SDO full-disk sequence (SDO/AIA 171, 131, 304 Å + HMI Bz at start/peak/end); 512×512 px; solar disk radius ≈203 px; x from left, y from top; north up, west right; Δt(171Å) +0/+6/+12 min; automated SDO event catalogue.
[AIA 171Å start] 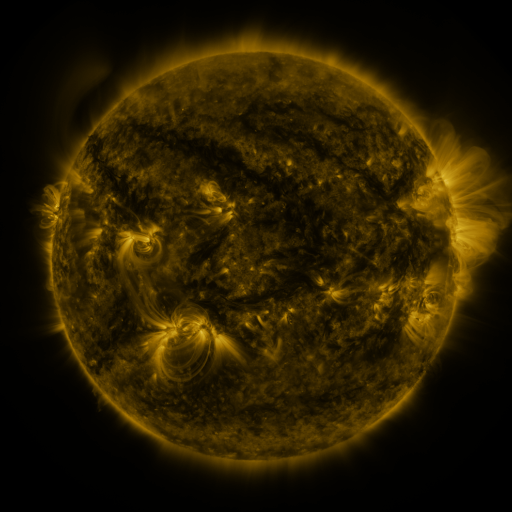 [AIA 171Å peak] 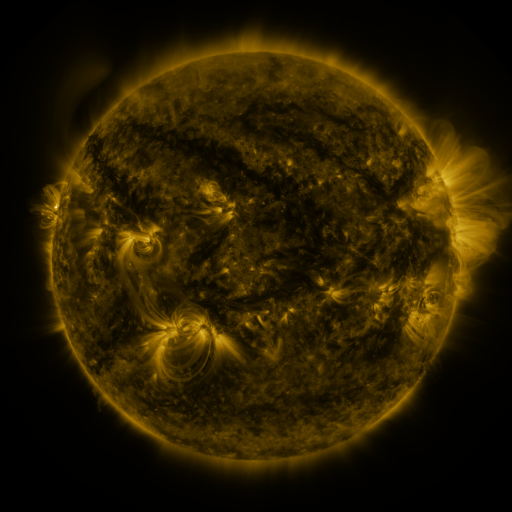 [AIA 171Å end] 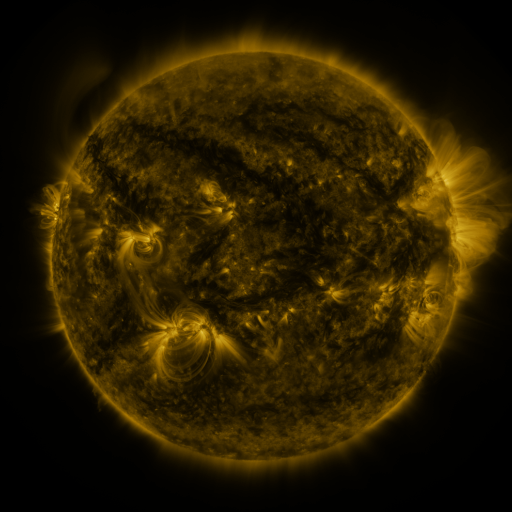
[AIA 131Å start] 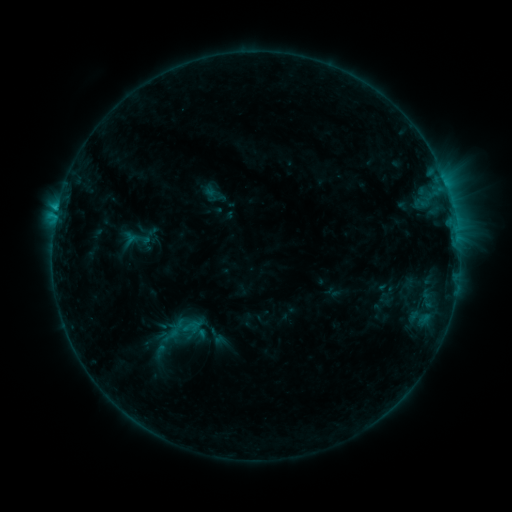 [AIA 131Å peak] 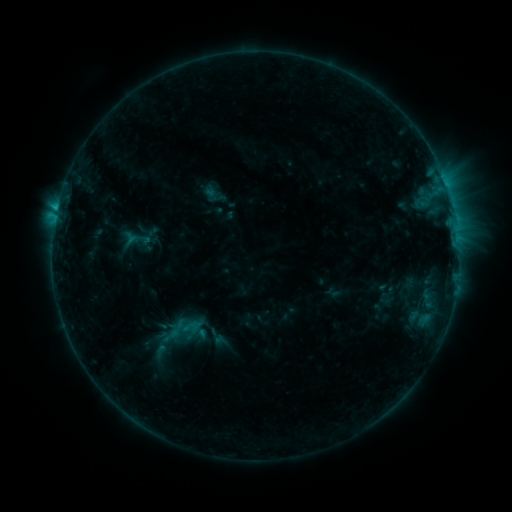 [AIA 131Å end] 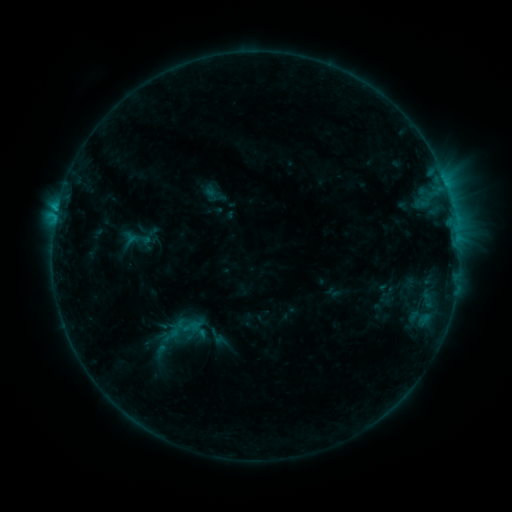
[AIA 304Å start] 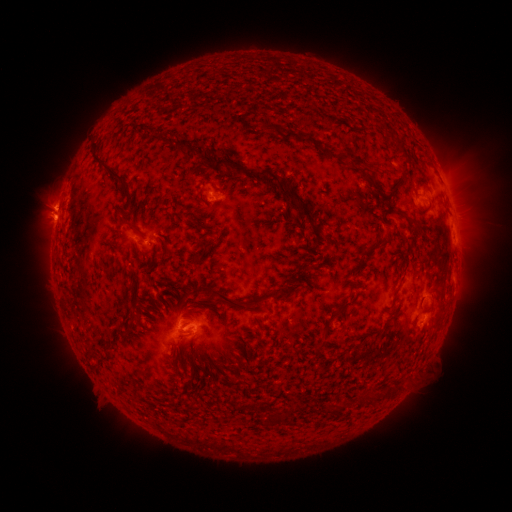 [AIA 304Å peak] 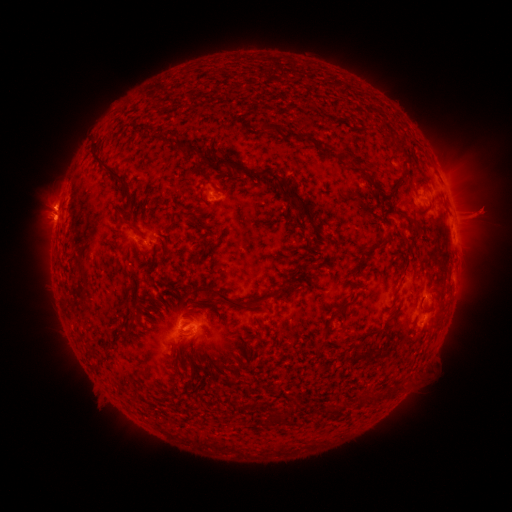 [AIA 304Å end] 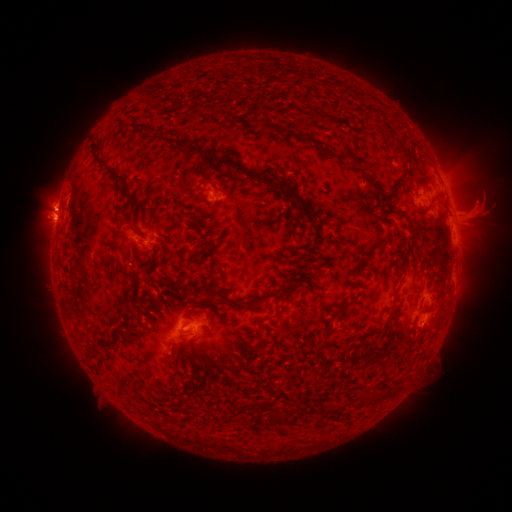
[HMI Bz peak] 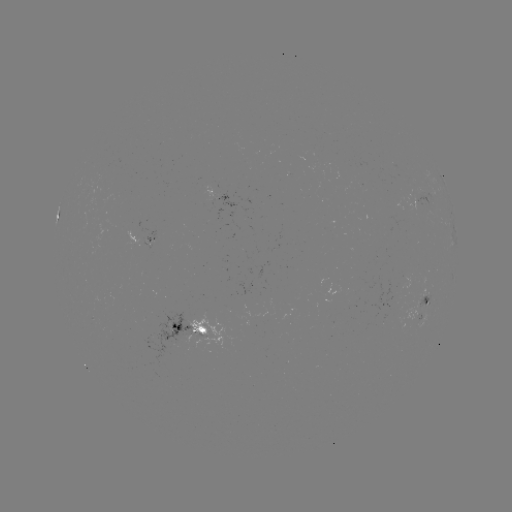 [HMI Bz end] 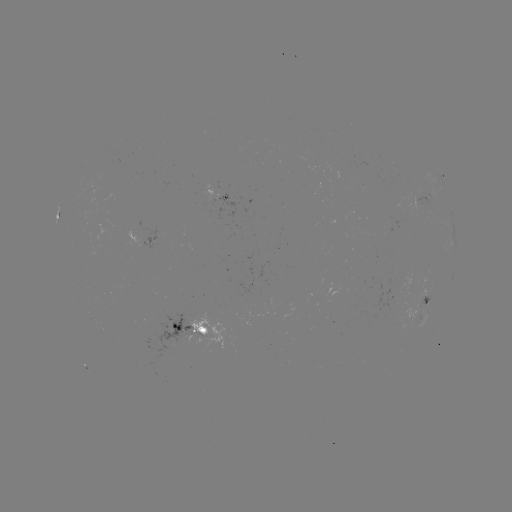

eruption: <bbox>453, 177, 507, 236</bbox>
